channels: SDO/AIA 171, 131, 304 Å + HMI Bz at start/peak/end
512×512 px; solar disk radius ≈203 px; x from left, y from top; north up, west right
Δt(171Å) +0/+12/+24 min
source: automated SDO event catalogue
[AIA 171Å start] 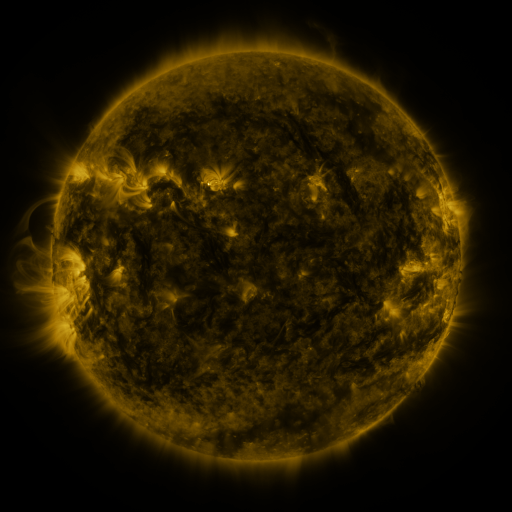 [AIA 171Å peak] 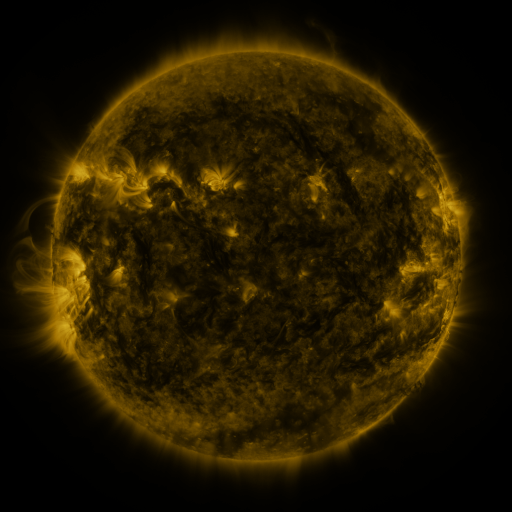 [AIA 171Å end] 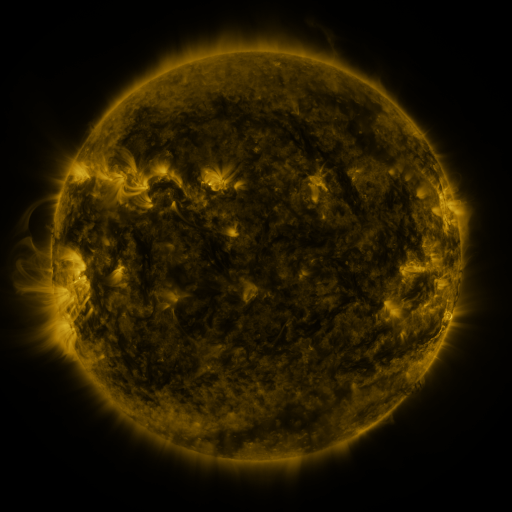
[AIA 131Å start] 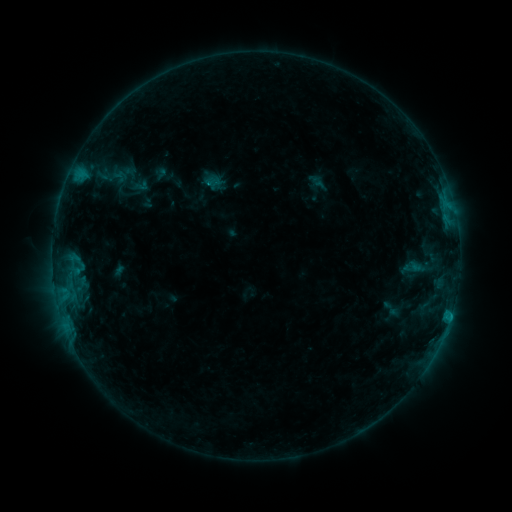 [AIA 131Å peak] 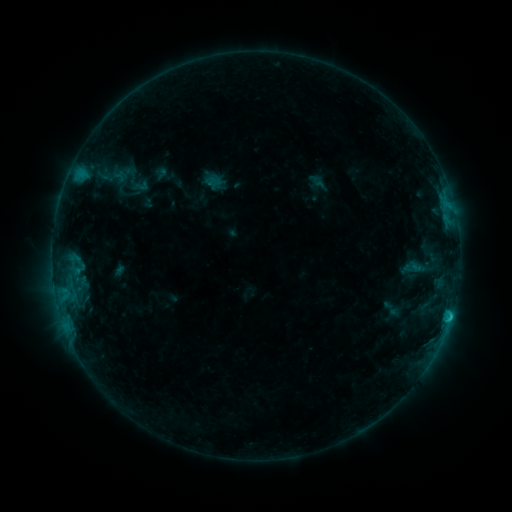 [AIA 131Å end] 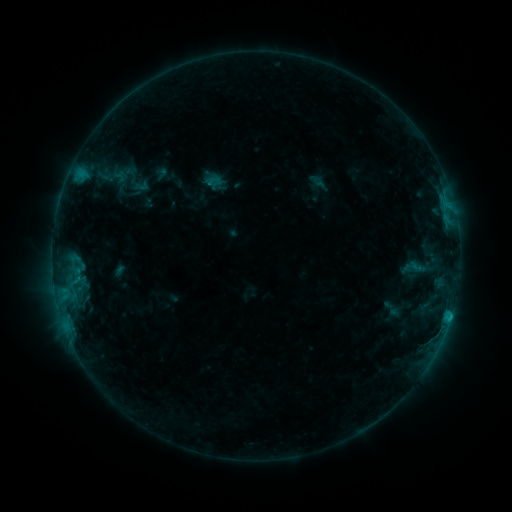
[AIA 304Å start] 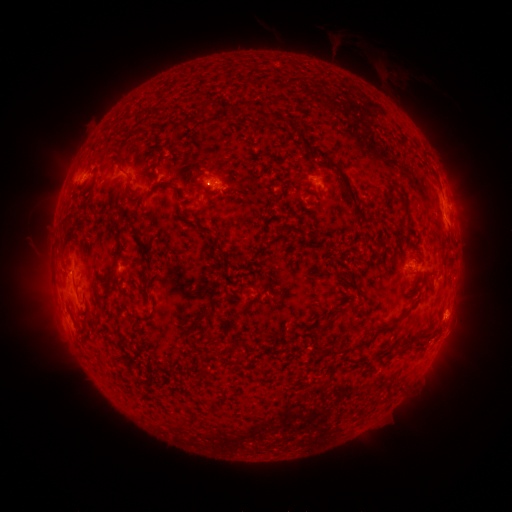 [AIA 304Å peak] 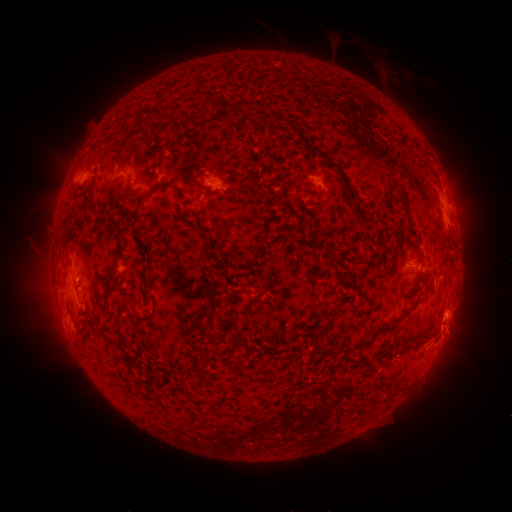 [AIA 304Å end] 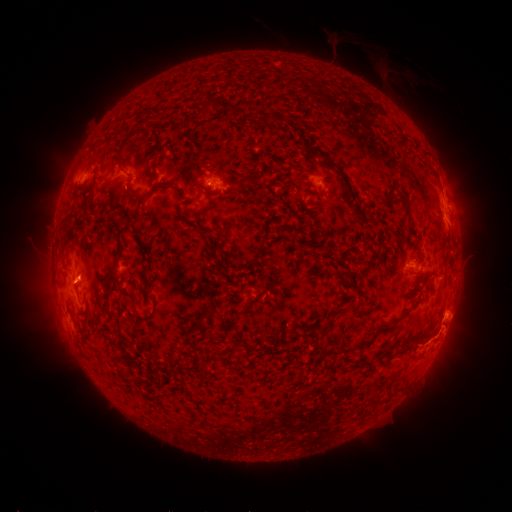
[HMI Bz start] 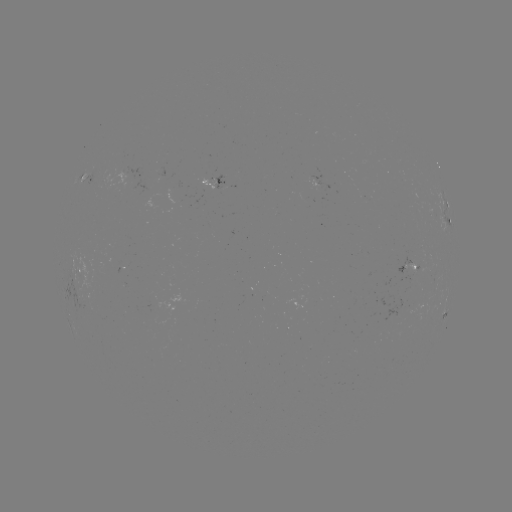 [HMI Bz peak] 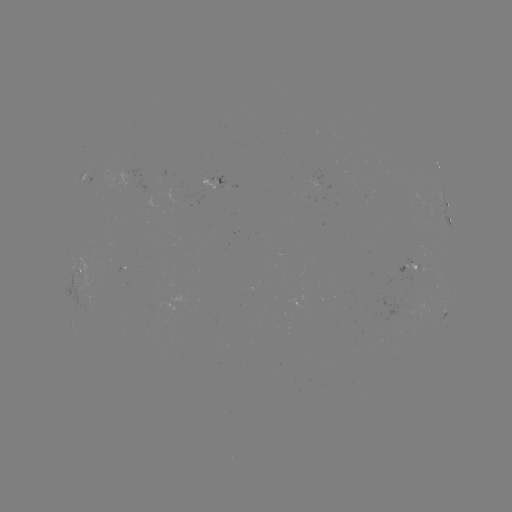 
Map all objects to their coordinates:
eruption: (446, 342)
